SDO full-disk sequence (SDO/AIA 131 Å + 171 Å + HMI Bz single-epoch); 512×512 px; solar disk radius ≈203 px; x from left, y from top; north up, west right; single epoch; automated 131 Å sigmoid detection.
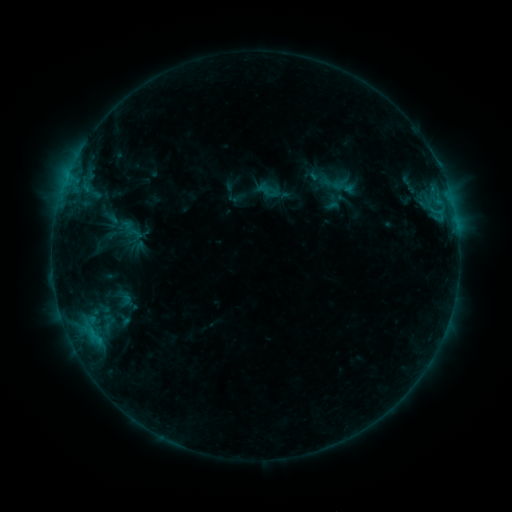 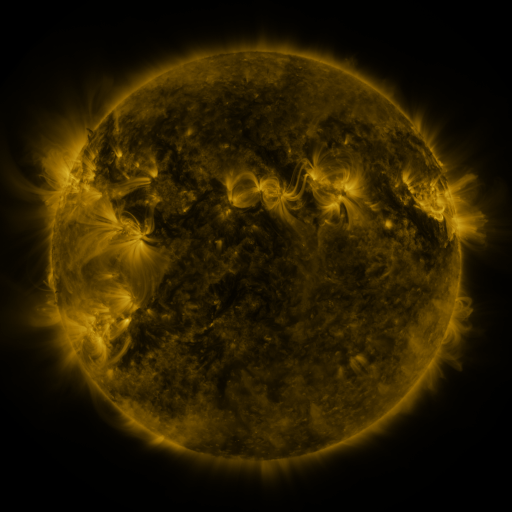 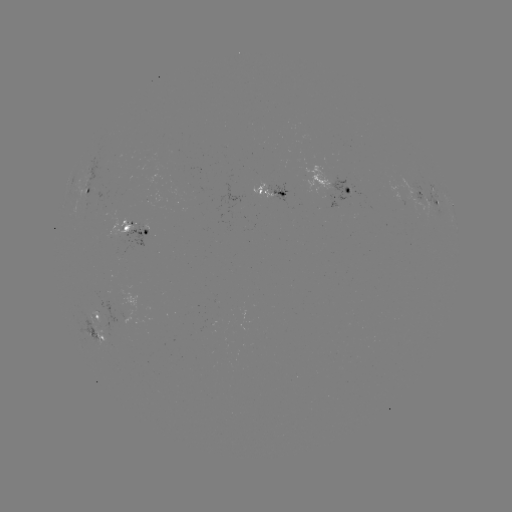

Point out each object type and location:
sigmoid: (327, 175, 351, 193)
